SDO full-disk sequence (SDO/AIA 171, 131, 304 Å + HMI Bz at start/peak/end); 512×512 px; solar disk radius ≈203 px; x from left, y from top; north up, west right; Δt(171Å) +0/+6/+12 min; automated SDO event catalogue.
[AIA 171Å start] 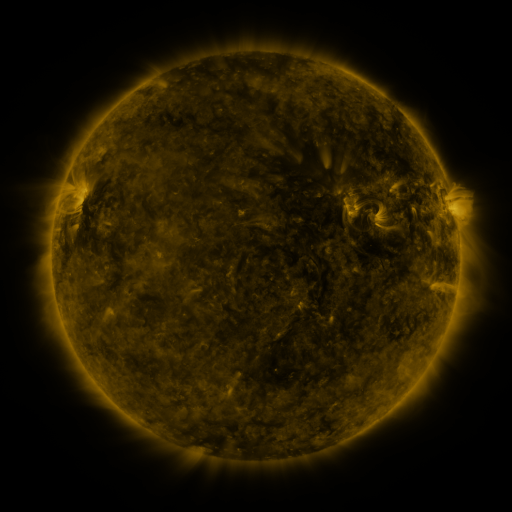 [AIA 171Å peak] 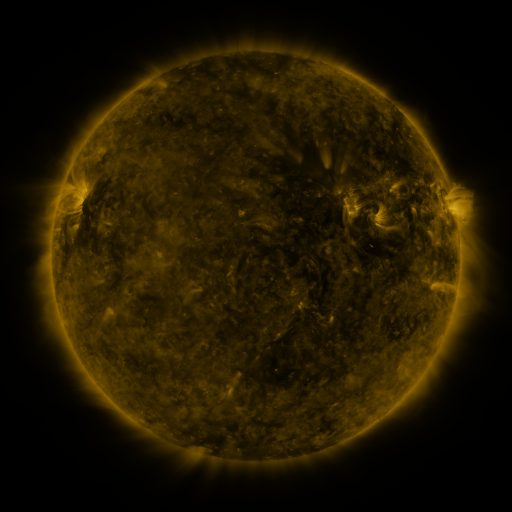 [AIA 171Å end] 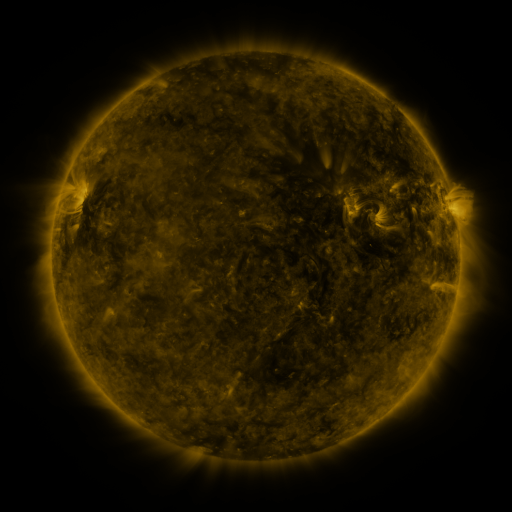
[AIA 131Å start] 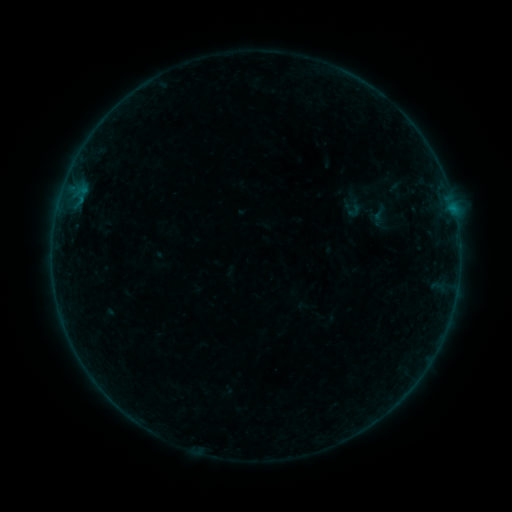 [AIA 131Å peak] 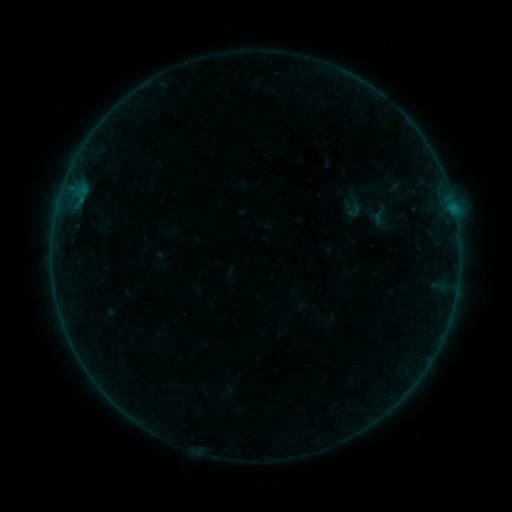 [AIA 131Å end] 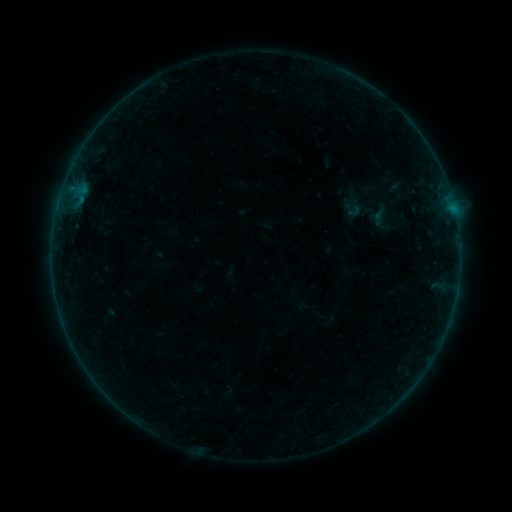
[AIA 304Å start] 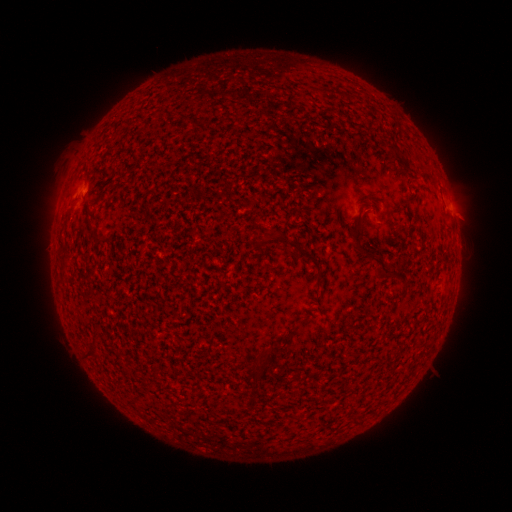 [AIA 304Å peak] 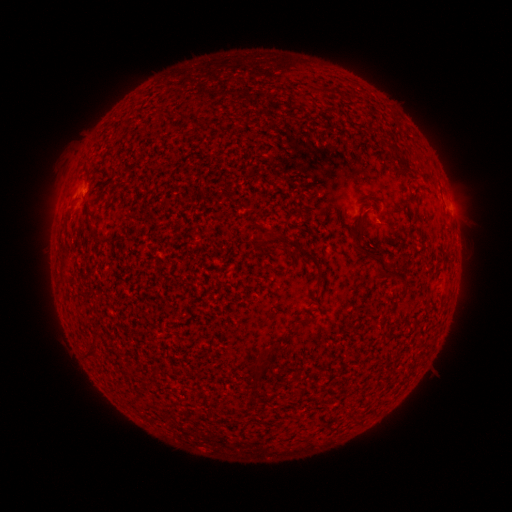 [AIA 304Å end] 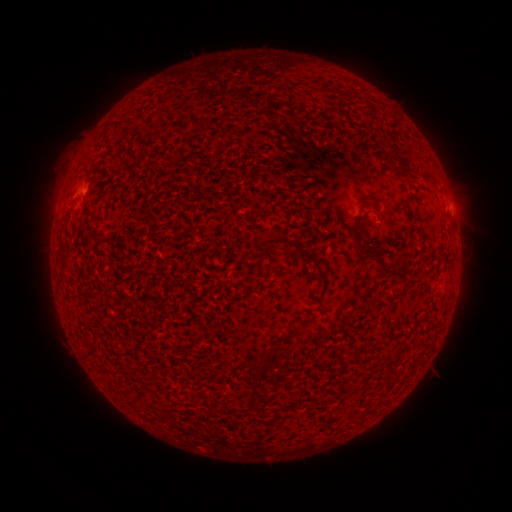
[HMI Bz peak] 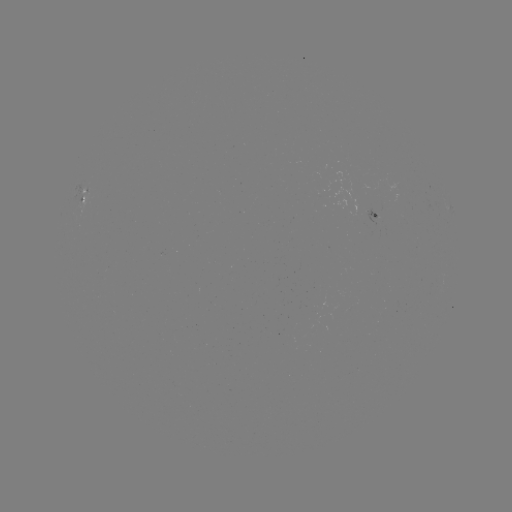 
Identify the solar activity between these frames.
no flare in any classed list; no EUV-trigger detection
